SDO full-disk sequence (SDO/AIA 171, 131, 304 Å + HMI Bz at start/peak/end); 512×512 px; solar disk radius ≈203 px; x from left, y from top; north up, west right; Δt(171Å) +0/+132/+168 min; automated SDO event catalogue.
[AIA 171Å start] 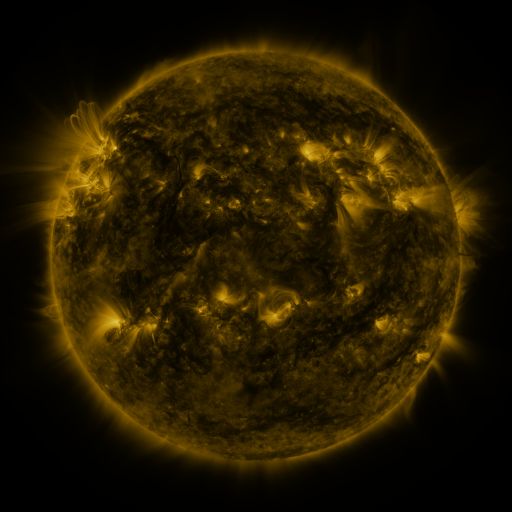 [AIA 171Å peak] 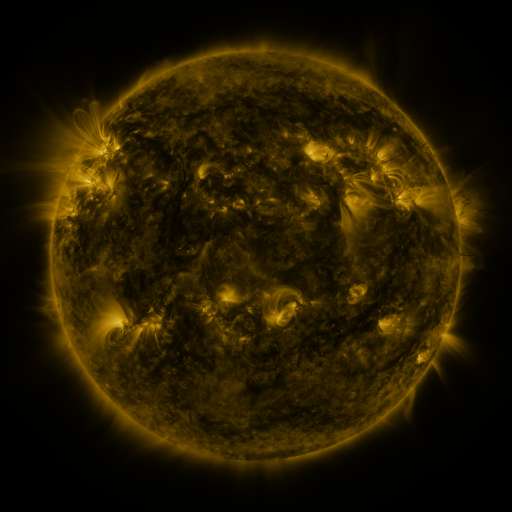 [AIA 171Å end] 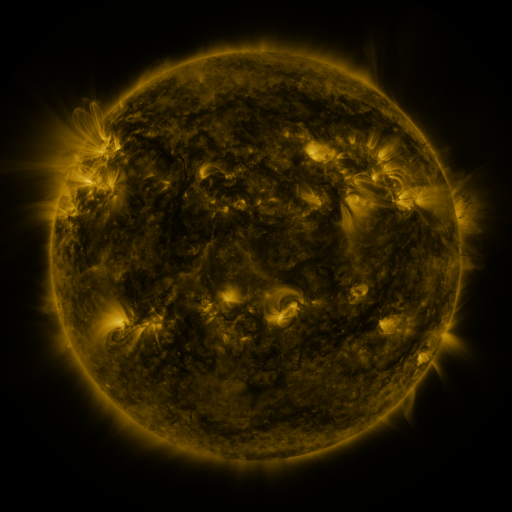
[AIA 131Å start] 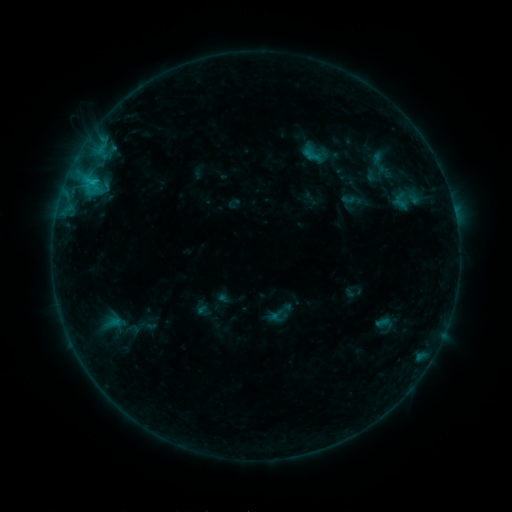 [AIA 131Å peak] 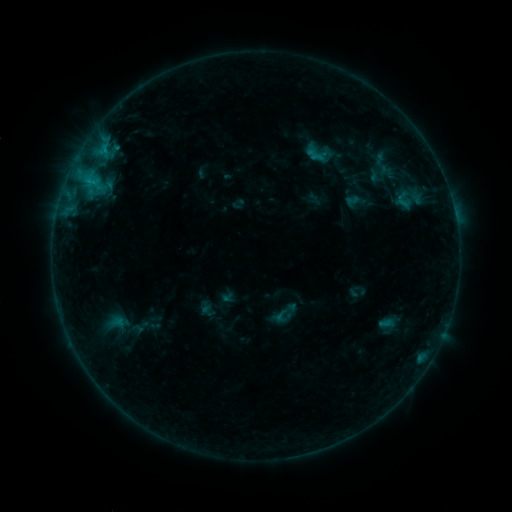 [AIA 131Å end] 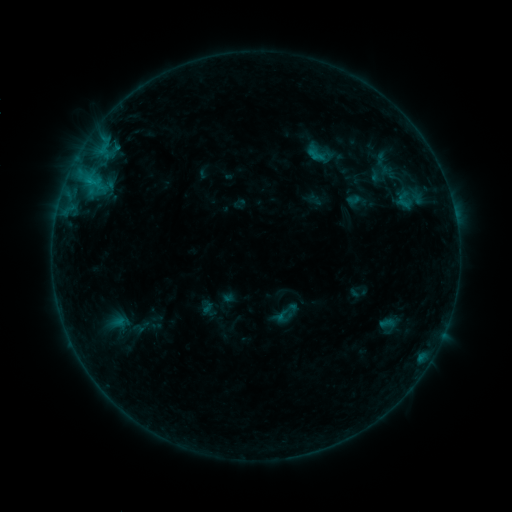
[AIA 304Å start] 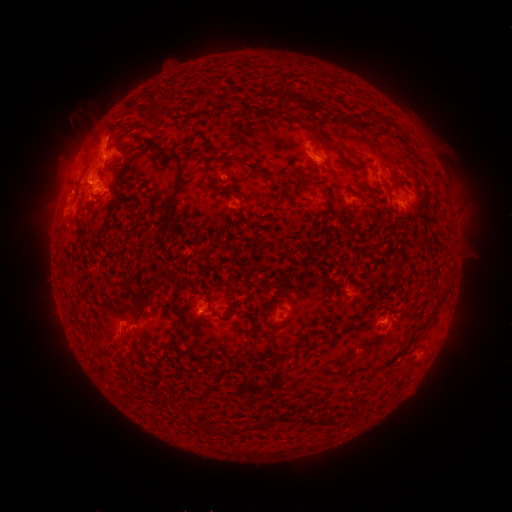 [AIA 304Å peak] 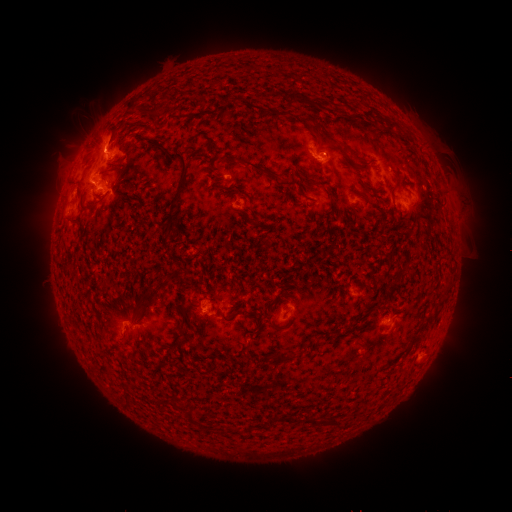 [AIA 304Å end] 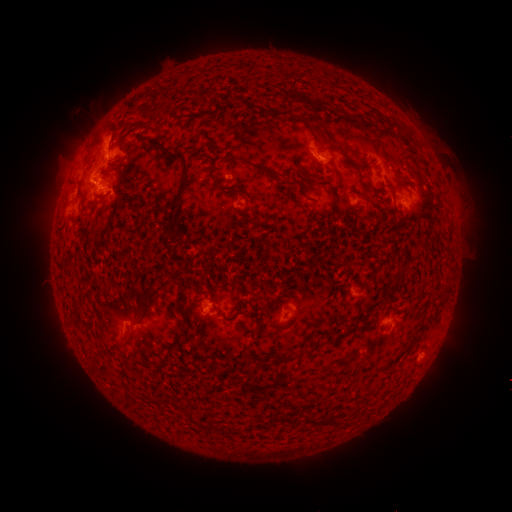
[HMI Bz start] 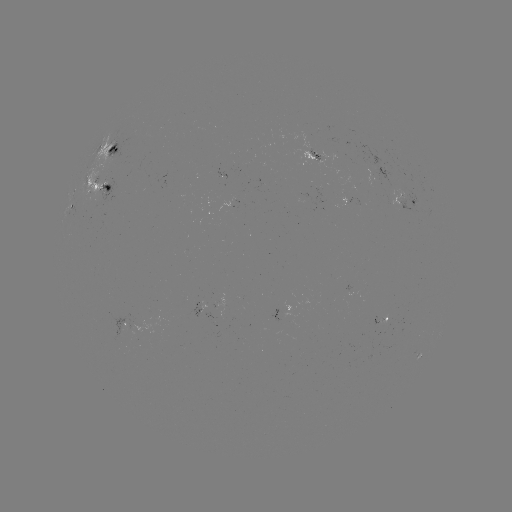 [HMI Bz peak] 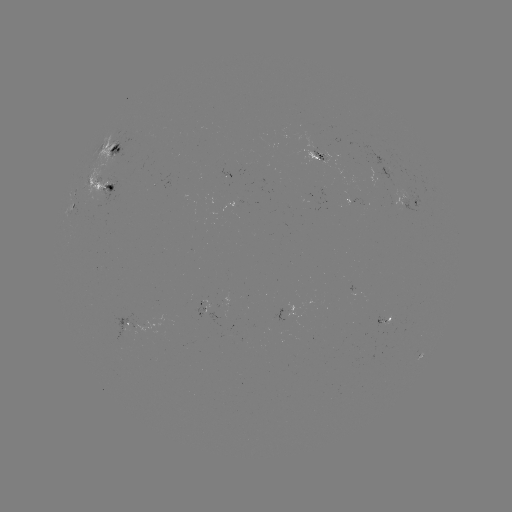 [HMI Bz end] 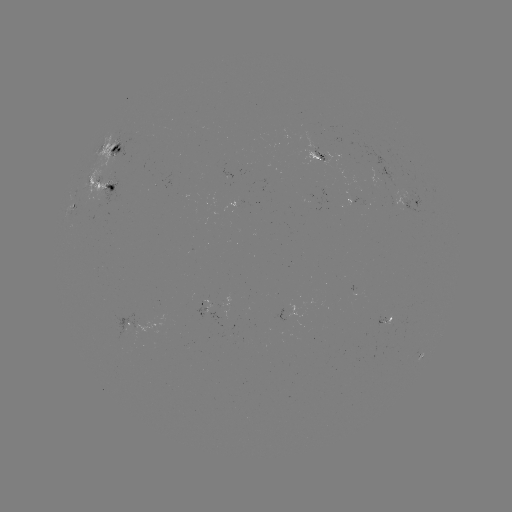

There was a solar emerging-flux region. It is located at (199, 310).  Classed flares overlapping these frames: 1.